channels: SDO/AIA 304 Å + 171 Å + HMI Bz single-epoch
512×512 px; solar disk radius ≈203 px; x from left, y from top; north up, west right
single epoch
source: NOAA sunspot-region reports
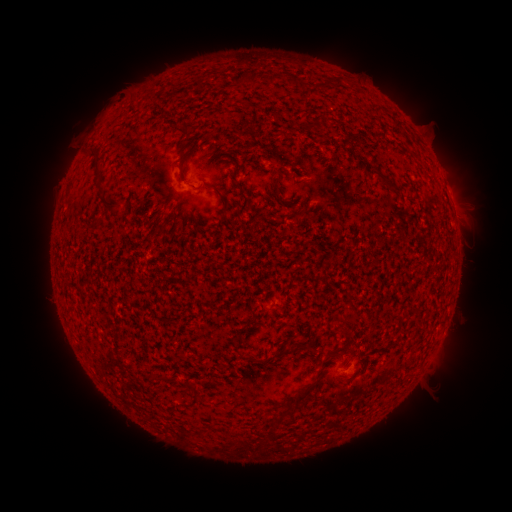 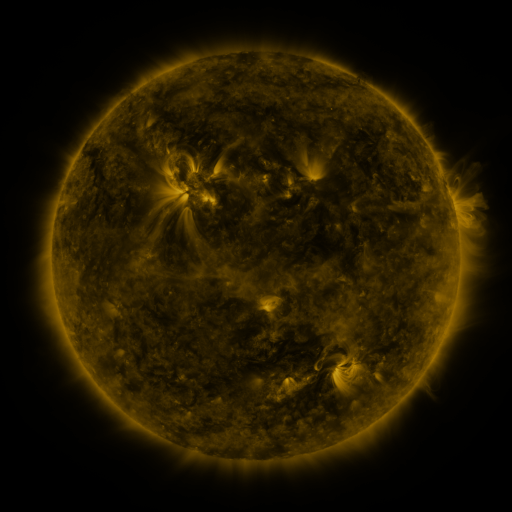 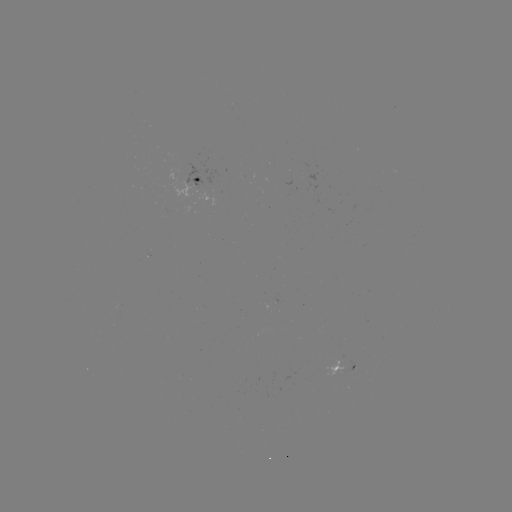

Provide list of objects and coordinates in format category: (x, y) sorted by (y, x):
spotted active region: (198, 179)
spotted active region: (342, 369)
